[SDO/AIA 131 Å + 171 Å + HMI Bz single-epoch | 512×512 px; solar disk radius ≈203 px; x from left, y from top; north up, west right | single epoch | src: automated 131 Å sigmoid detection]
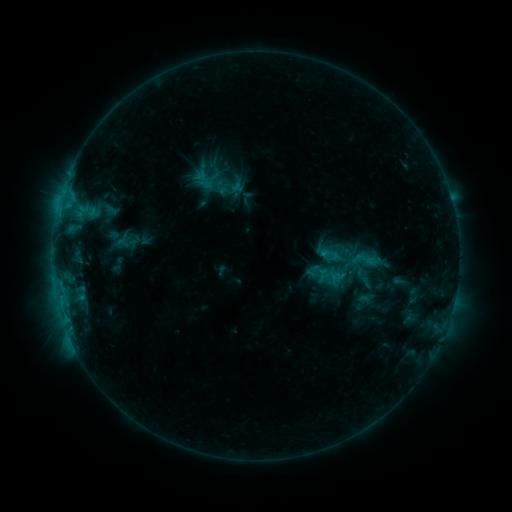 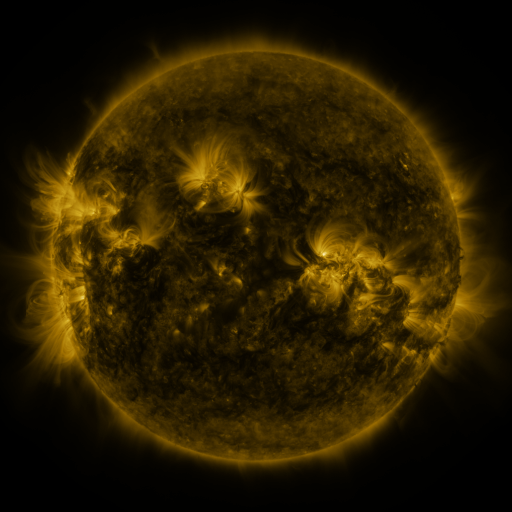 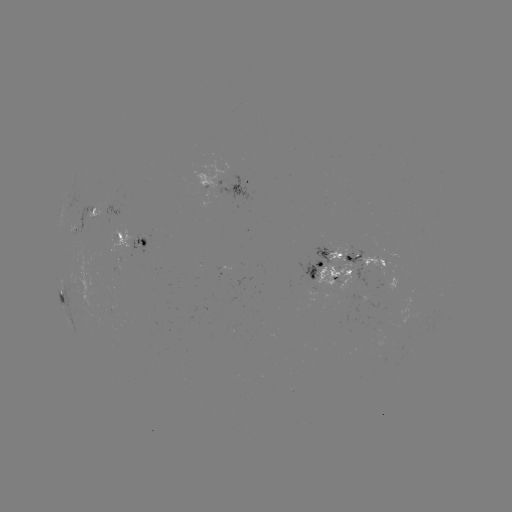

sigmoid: [349, 243, 378, 276]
